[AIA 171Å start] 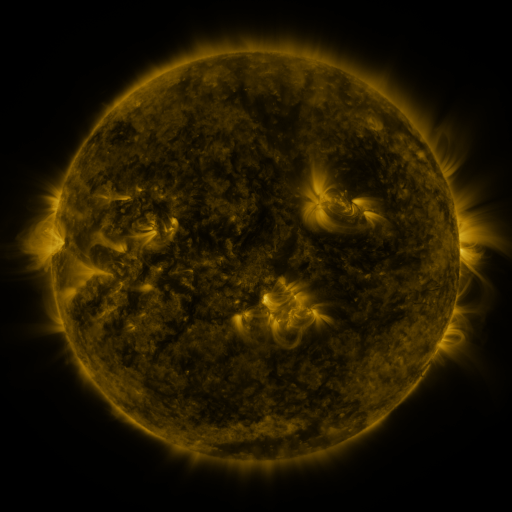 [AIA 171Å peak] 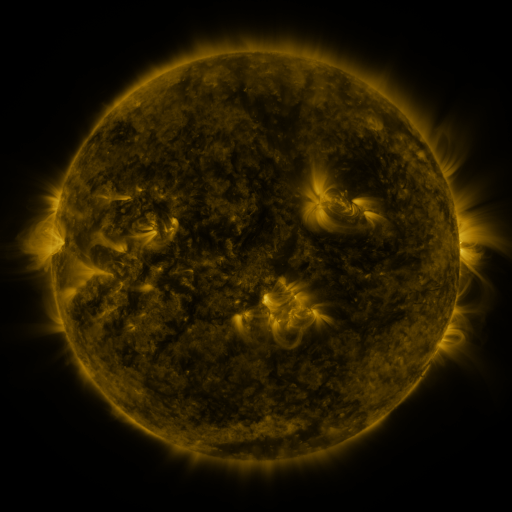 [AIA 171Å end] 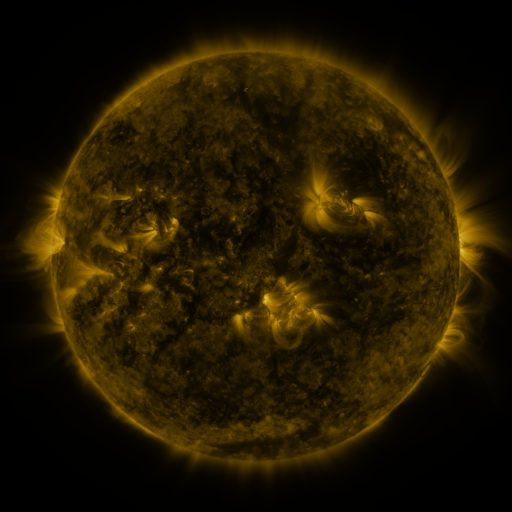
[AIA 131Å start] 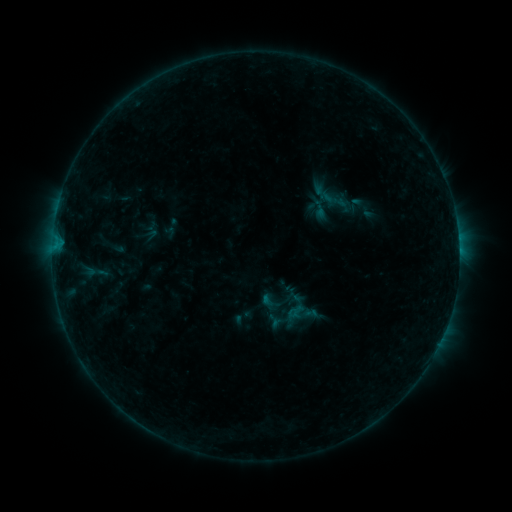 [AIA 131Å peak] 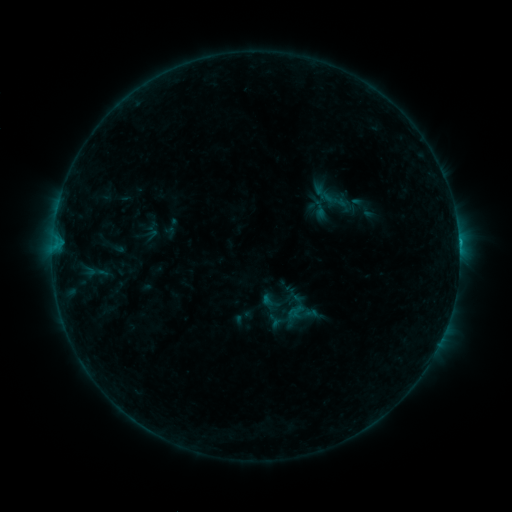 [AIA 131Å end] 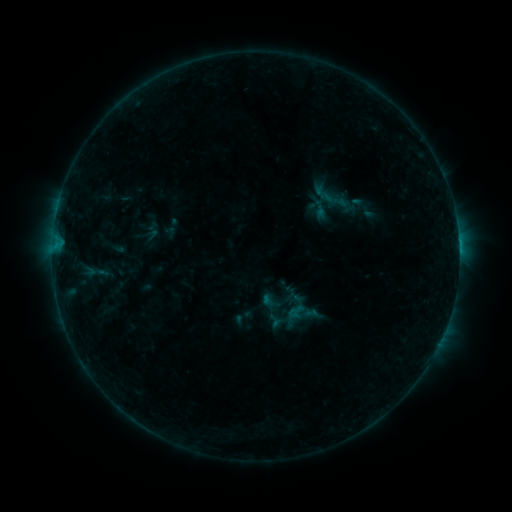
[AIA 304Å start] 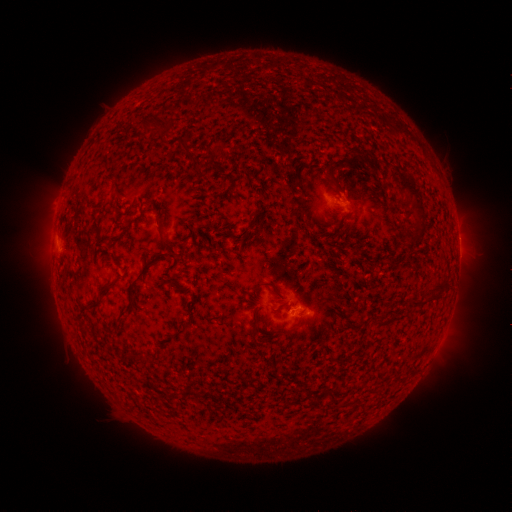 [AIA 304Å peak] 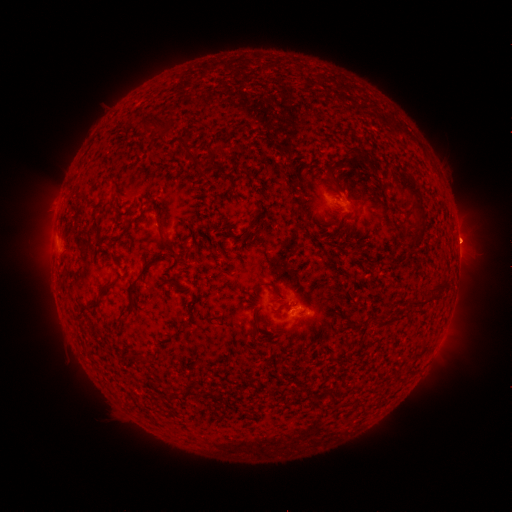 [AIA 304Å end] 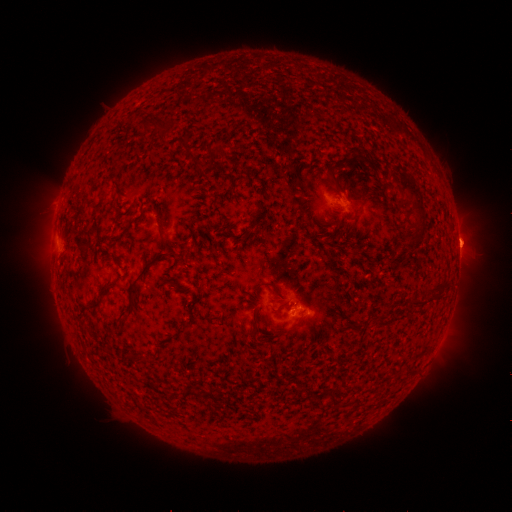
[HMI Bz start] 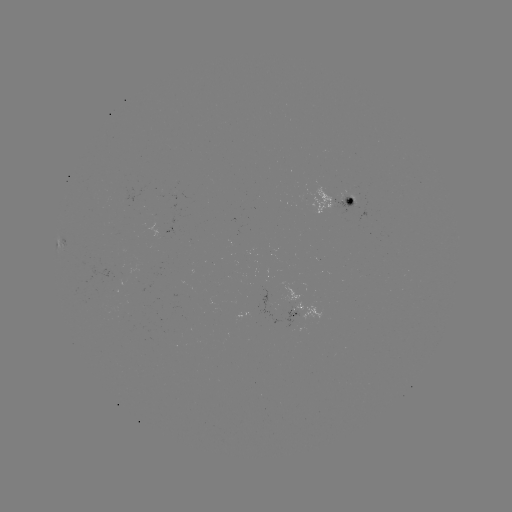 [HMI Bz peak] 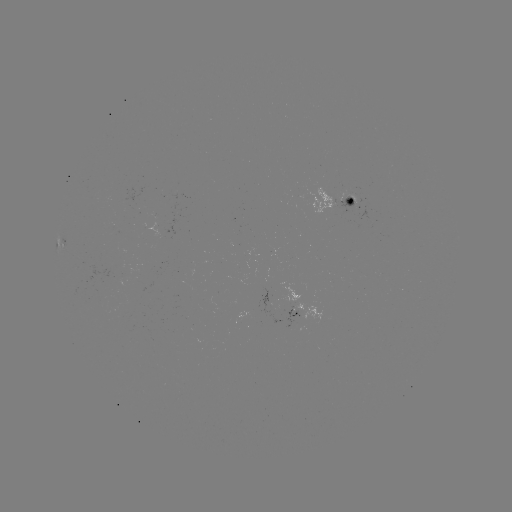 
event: flare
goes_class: B8.6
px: (292, 309)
